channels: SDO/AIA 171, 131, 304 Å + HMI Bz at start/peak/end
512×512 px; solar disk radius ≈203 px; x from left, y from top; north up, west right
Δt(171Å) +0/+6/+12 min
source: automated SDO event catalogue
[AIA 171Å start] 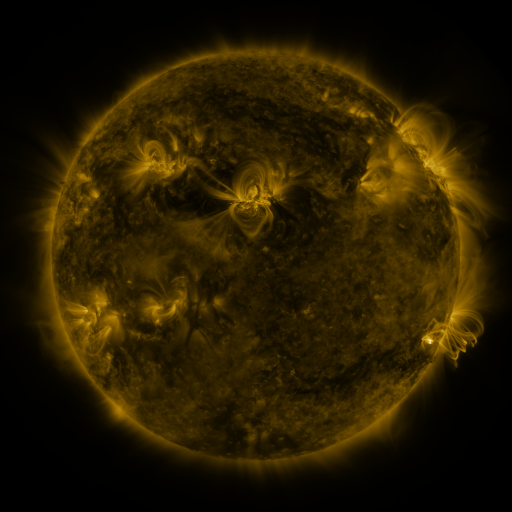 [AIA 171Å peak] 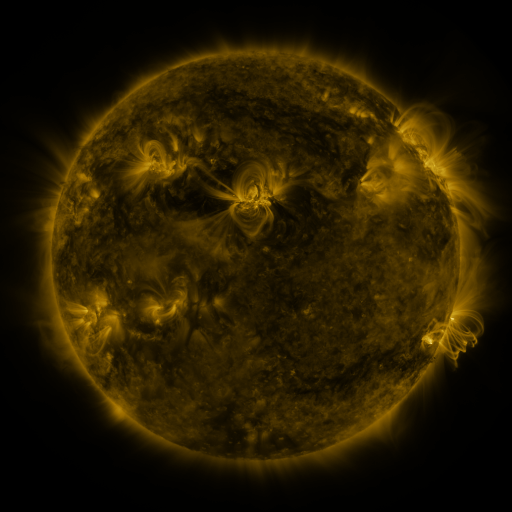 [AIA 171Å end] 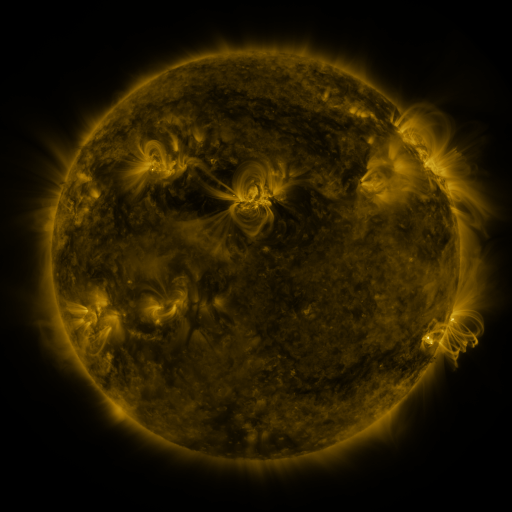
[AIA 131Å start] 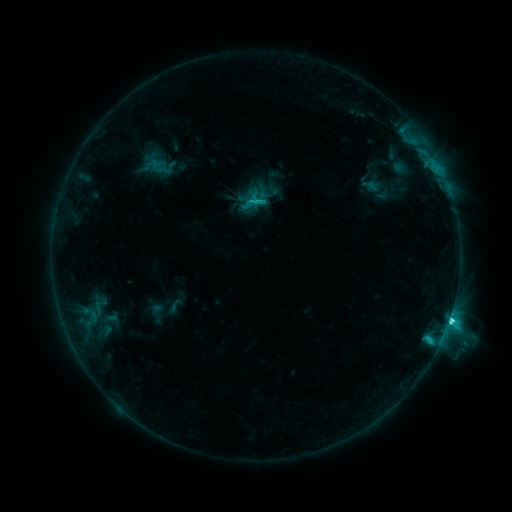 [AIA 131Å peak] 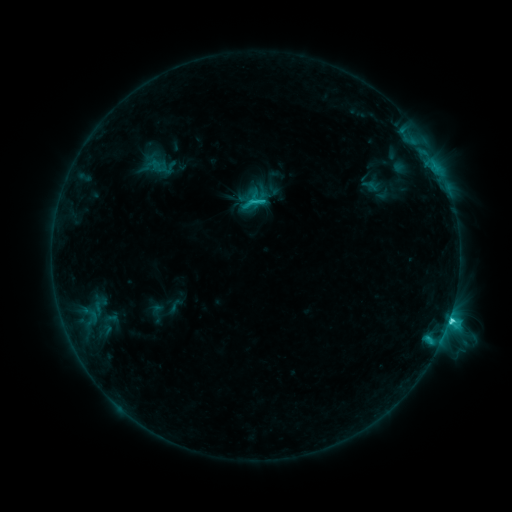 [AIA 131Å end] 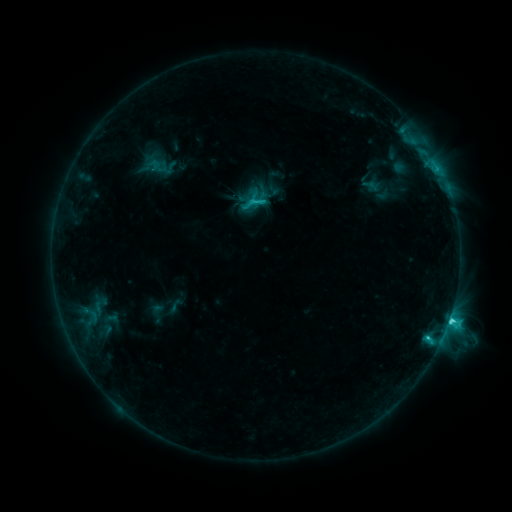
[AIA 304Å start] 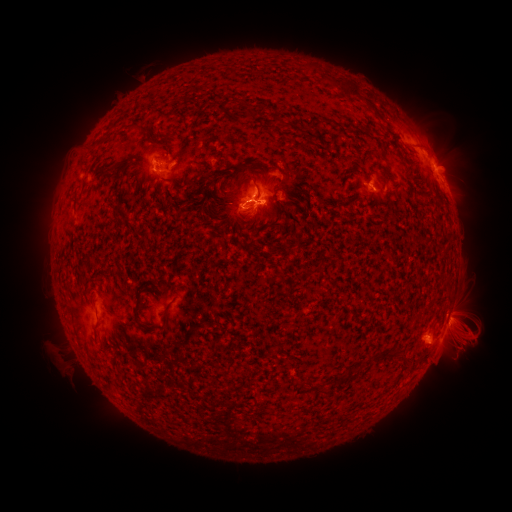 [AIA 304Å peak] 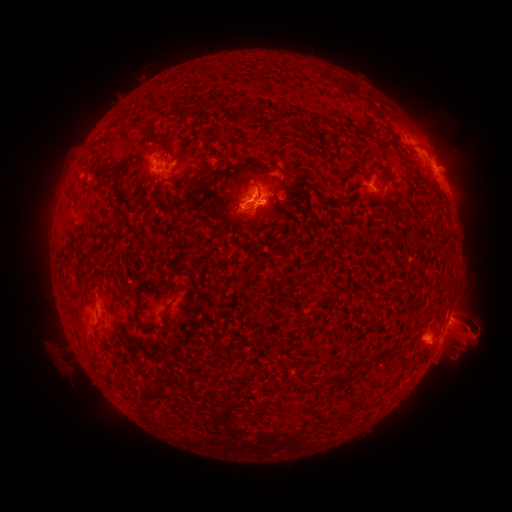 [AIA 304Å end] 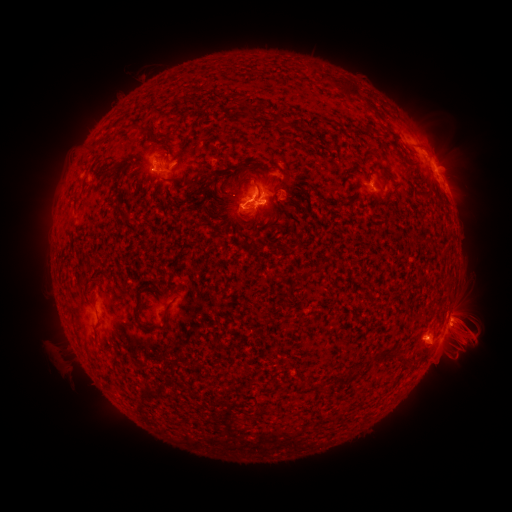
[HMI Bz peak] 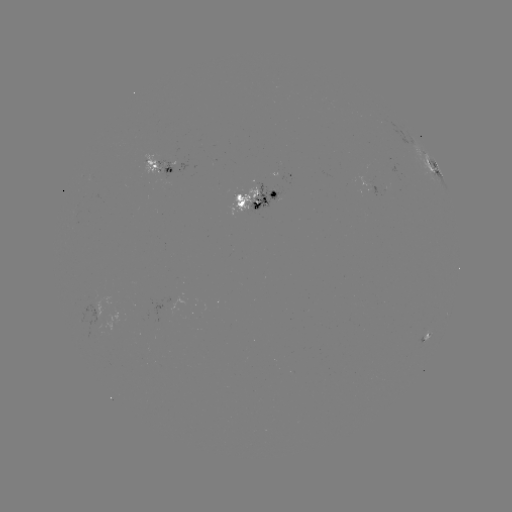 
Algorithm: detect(eruption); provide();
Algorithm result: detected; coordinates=474,329